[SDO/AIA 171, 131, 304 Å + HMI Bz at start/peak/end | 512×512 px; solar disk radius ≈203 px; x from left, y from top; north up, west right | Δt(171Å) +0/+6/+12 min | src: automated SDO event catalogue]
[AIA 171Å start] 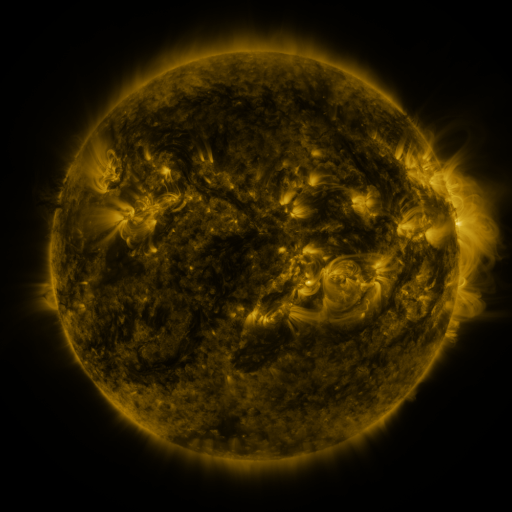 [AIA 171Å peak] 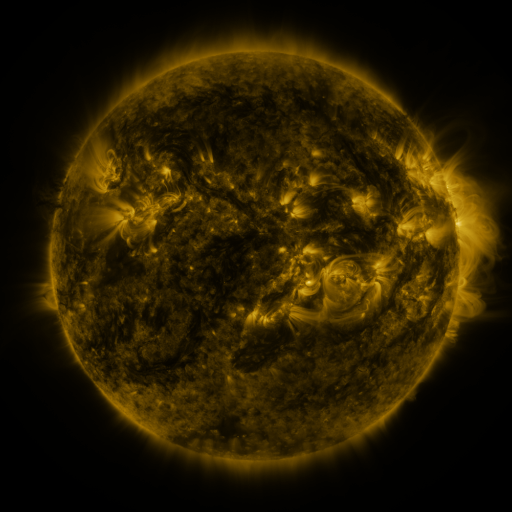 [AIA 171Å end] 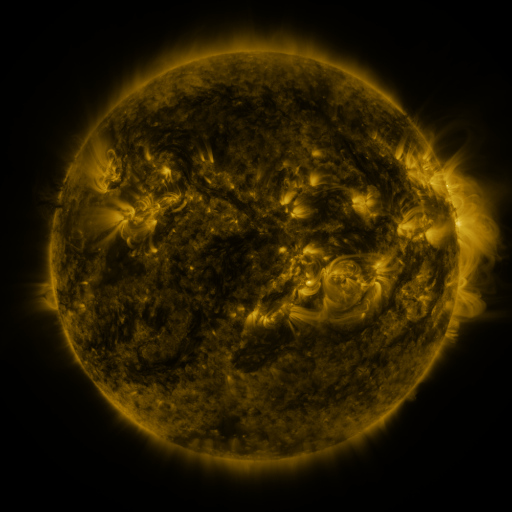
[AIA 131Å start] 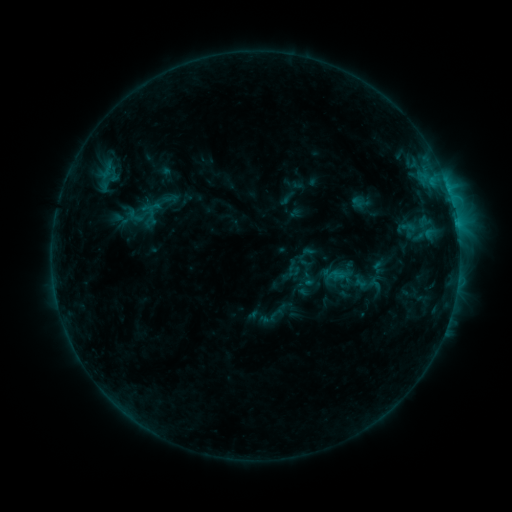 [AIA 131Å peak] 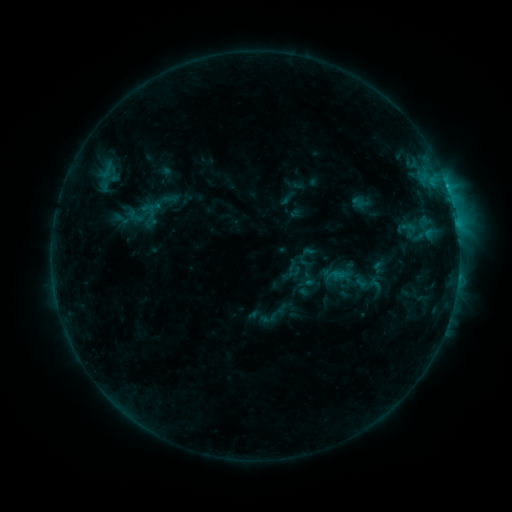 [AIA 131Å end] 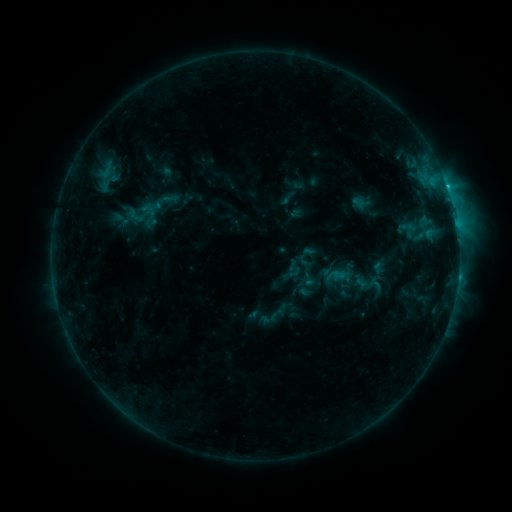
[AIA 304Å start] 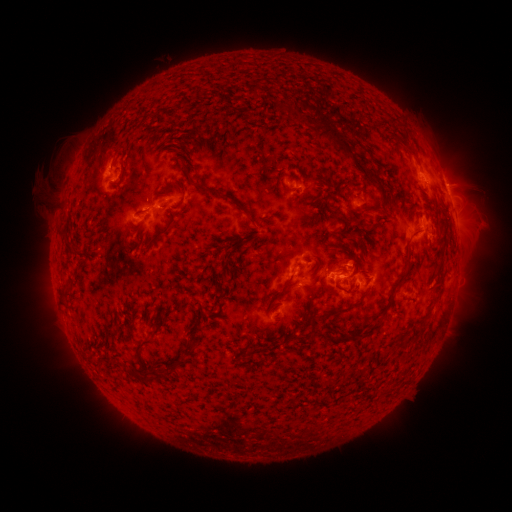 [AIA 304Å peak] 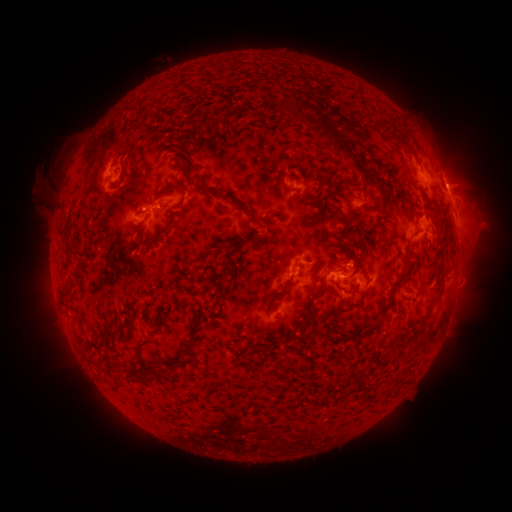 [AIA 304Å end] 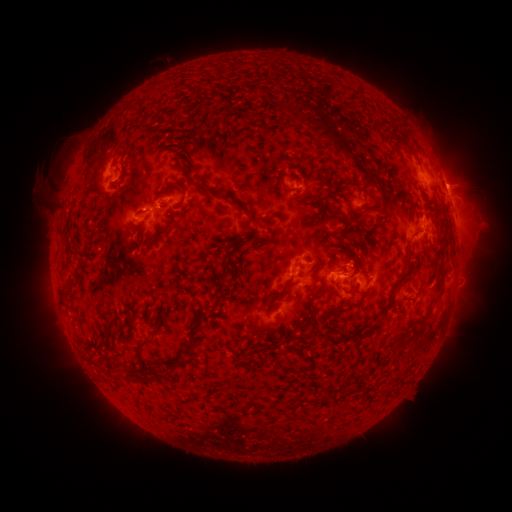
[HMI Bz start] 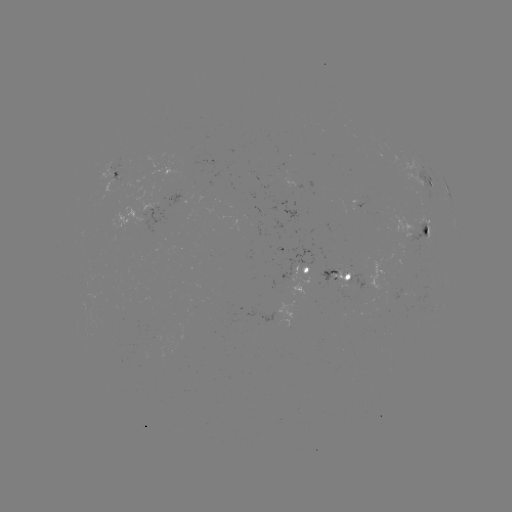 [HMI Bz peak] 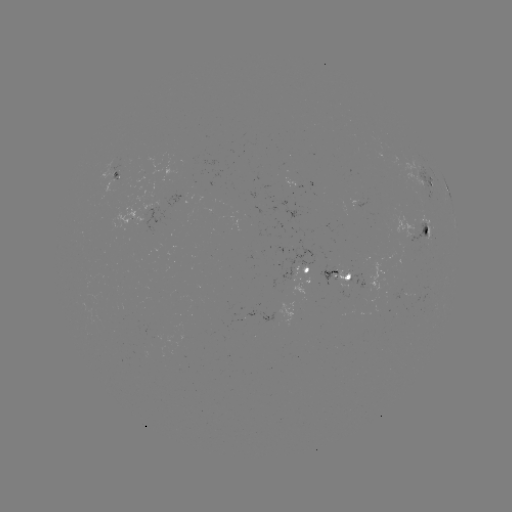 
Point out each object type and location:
C2.1 flare: (419, 169)
